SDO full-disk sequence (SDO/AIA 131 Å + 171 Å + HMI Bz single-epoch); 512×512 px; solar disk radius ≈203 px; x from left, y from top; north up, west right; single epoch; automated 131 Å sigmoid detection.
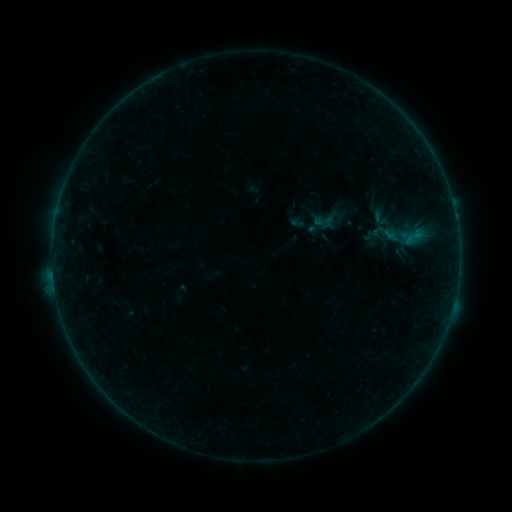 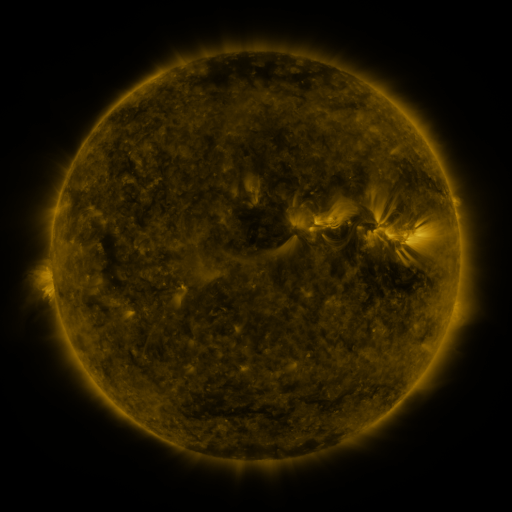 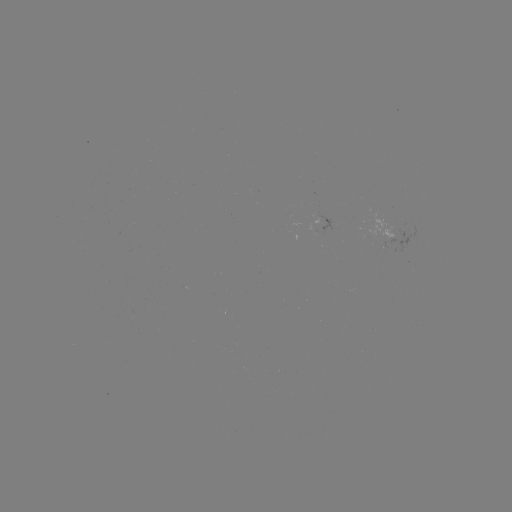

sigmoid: [312, 211, 336, 232]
